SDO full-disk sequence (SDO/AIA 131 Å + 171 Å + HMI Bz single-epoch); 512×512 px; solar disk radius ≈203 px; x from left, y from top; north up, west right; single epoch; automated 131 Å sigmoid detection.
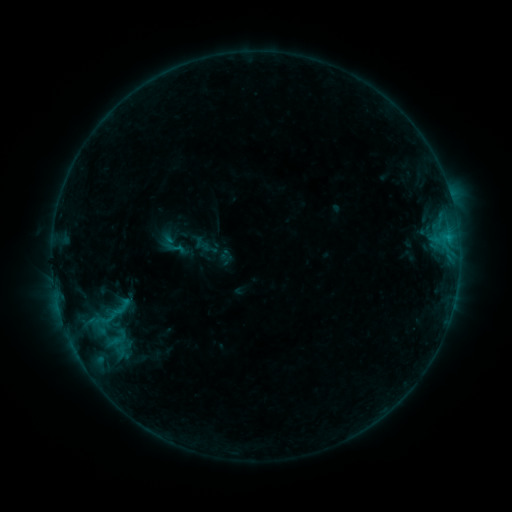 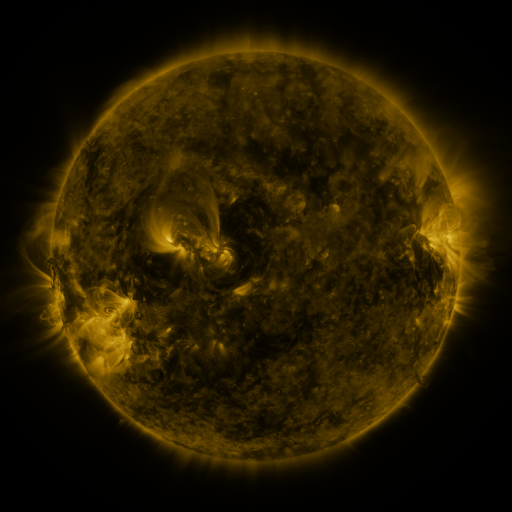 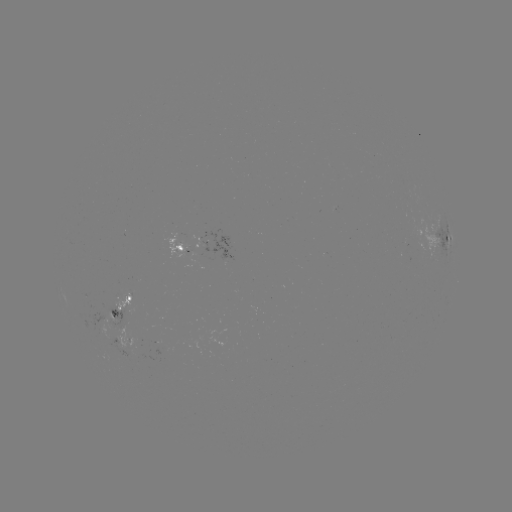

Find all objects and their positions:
sigmoid: (176, 248)
sigmoid: (115, 309)
